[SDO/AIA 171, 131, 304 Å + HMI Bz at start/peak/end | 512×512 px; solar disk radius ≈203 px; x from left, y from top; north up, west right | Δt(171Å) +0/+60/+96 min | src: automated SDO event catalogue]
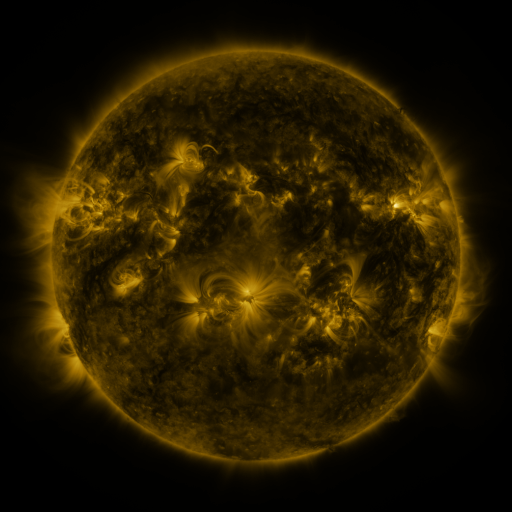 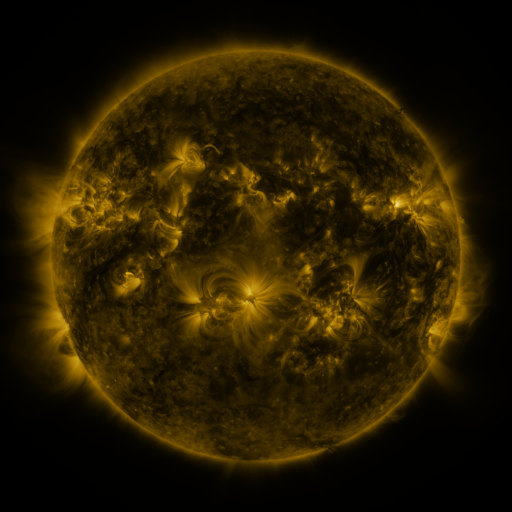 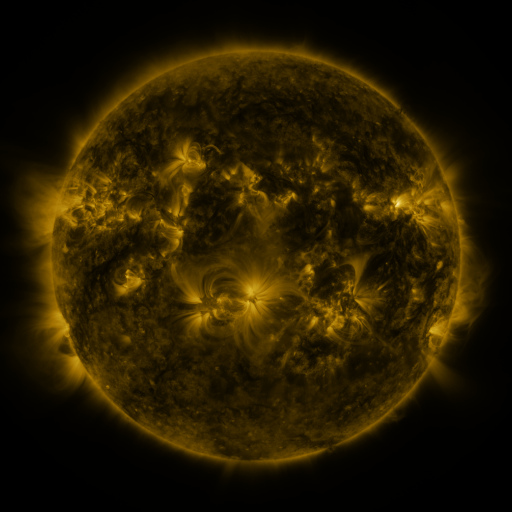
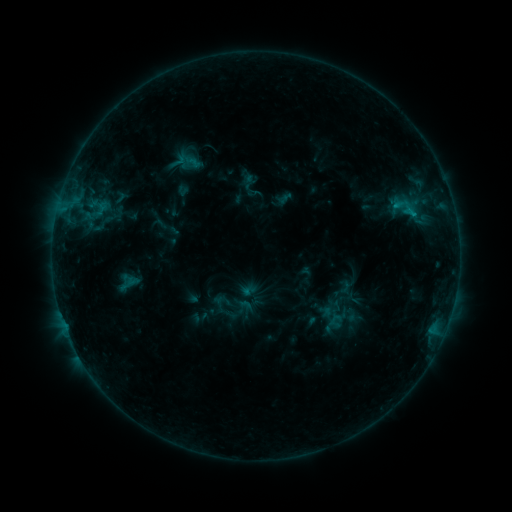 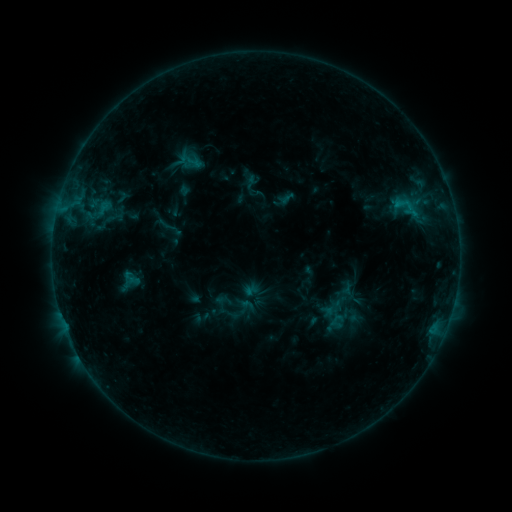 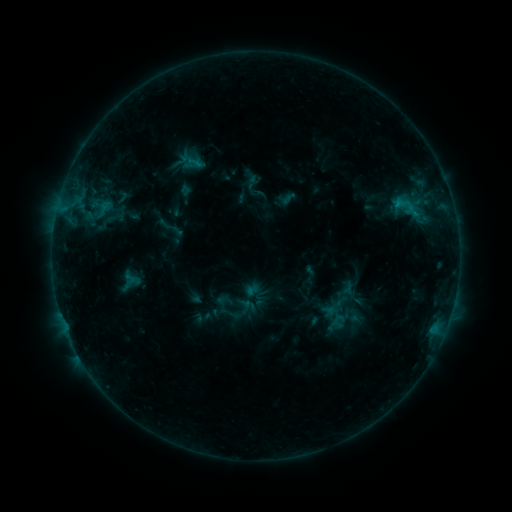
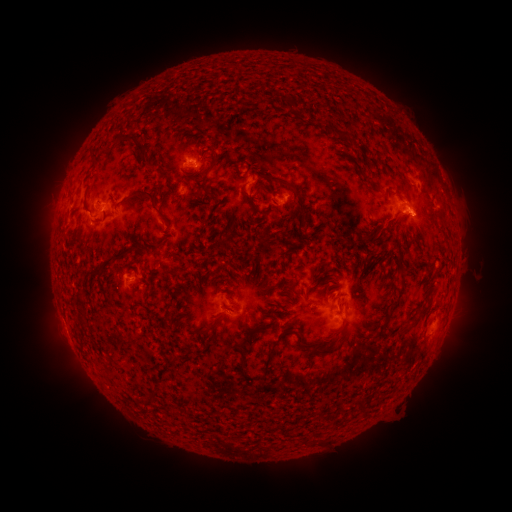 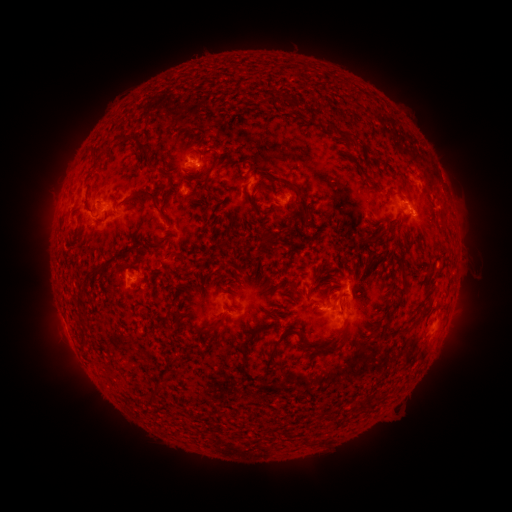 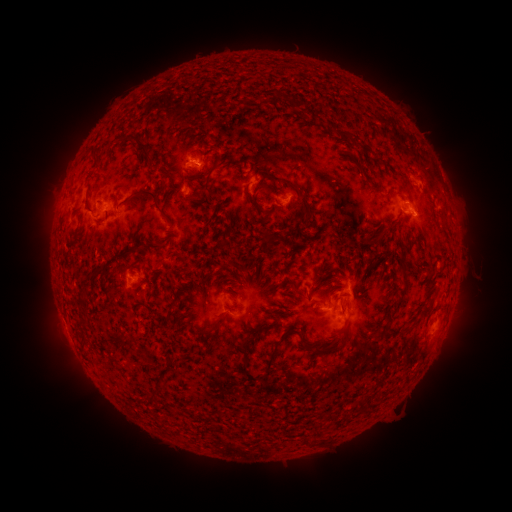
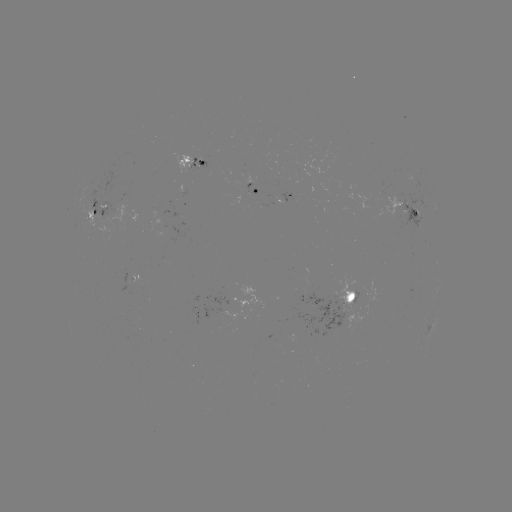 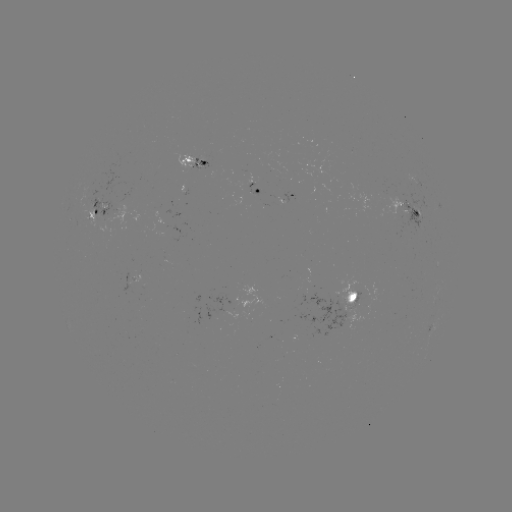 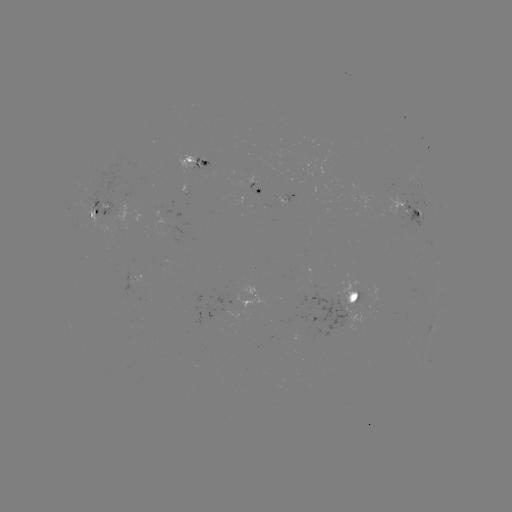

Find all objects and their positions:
emerging-flux region: (419, 212)
